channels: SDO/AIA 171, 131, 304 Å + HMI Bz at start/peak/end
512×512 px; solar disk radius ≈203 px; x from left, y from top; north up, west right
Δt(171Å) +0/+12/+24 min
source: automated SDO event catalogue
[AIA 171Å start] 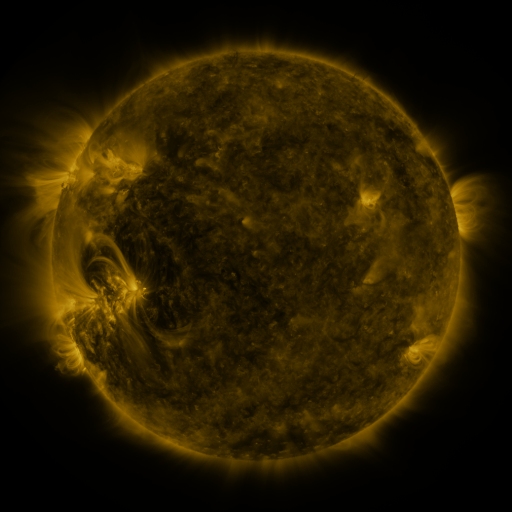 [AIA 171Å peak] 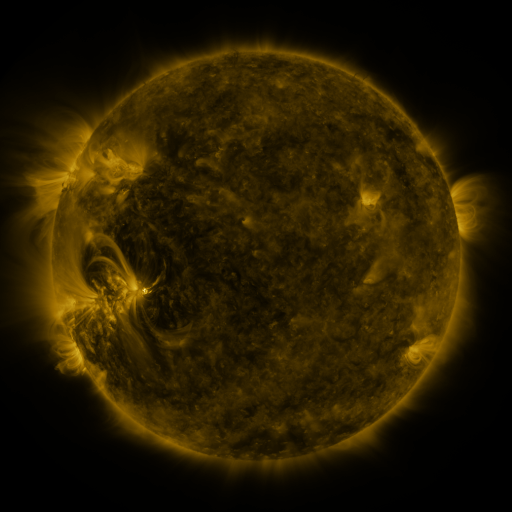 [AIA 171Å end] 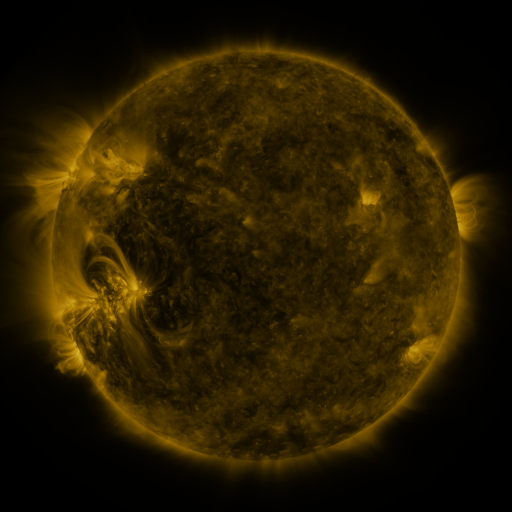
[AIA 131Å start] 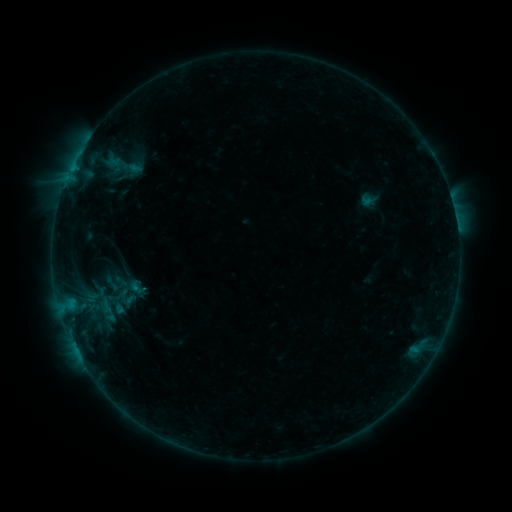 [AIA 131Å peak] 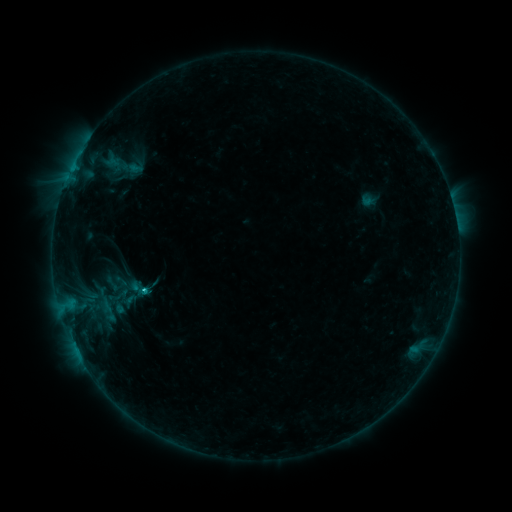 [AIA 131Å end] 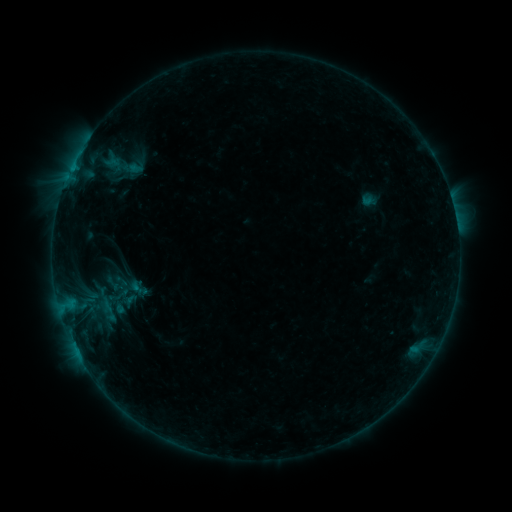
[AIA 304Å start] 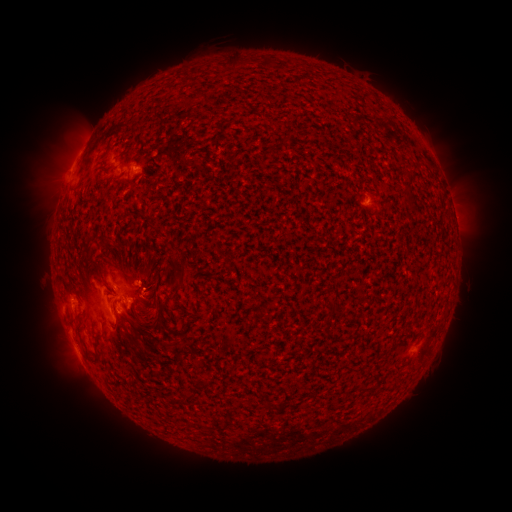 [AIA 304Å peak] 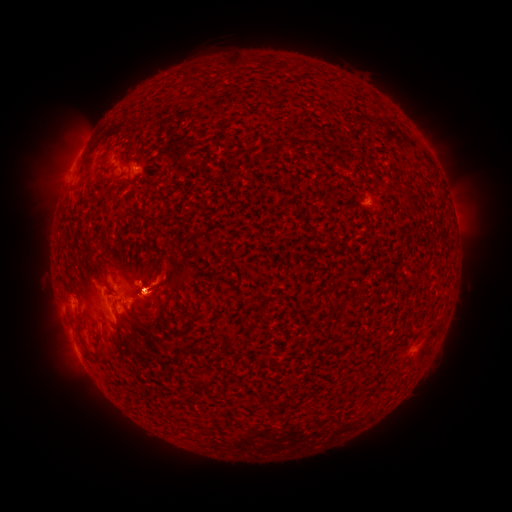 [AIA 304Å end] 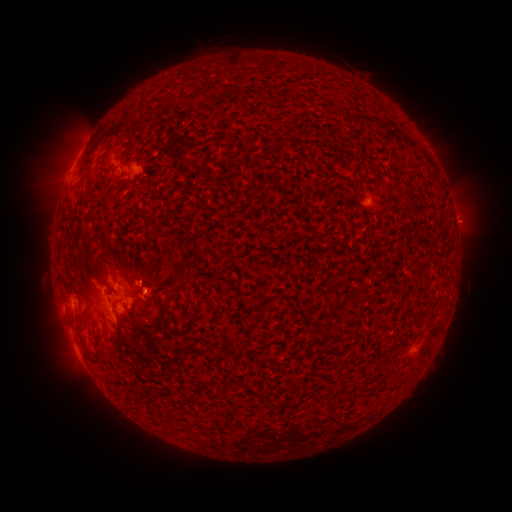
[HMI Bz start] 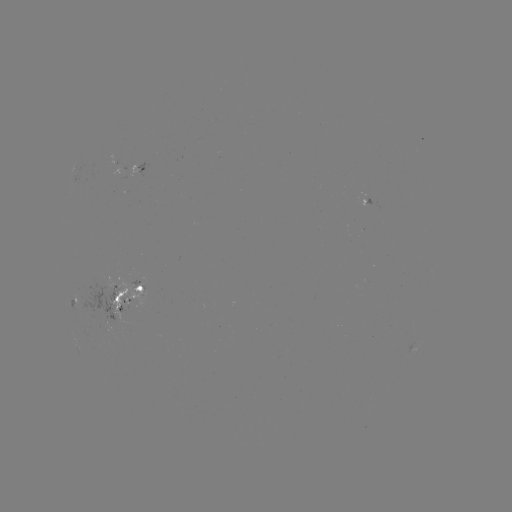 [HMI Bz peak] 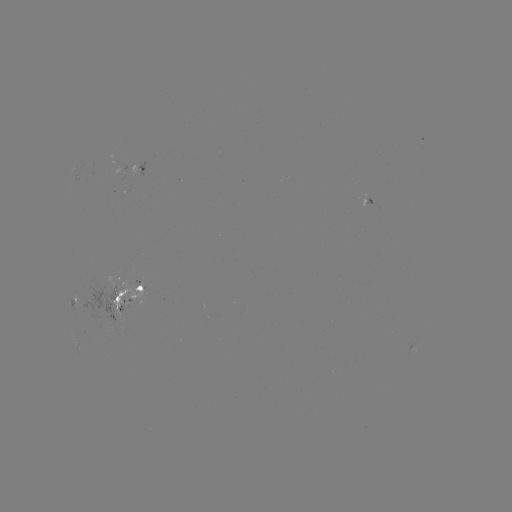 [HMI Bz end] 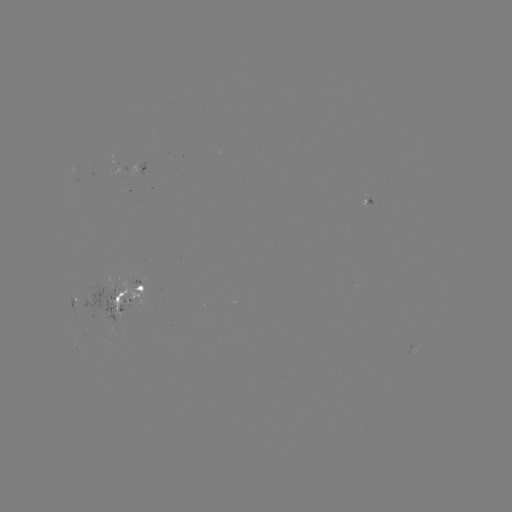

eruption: <bbox>118, 248, 191, 334</bbox>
